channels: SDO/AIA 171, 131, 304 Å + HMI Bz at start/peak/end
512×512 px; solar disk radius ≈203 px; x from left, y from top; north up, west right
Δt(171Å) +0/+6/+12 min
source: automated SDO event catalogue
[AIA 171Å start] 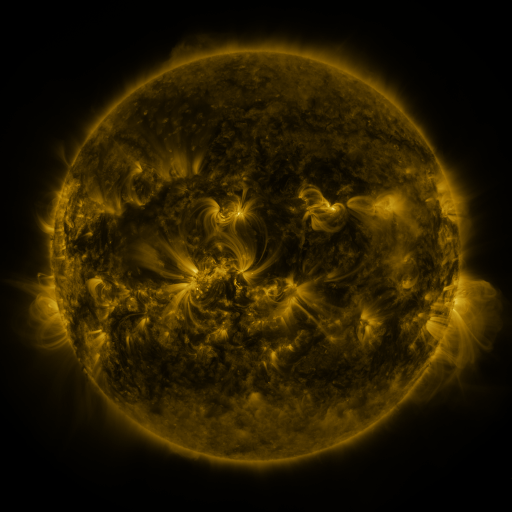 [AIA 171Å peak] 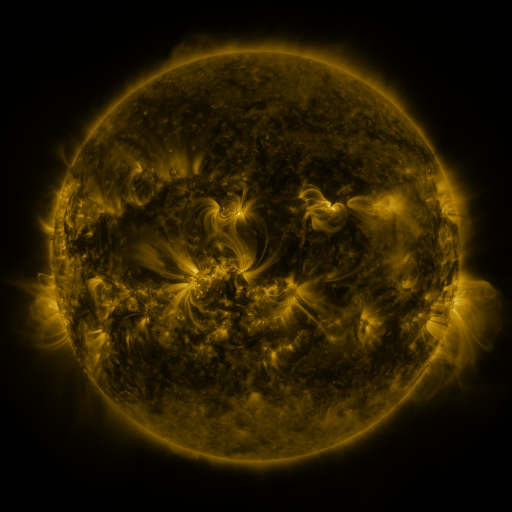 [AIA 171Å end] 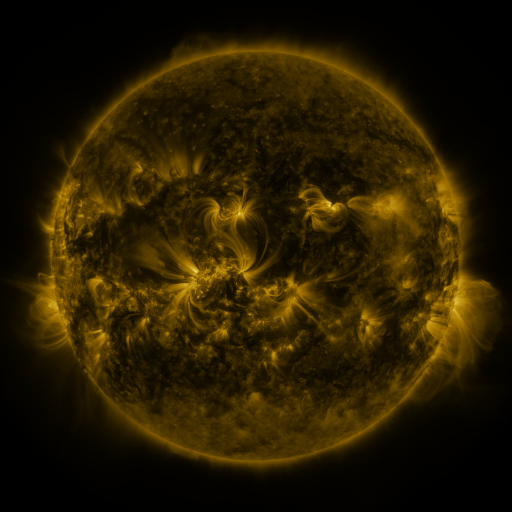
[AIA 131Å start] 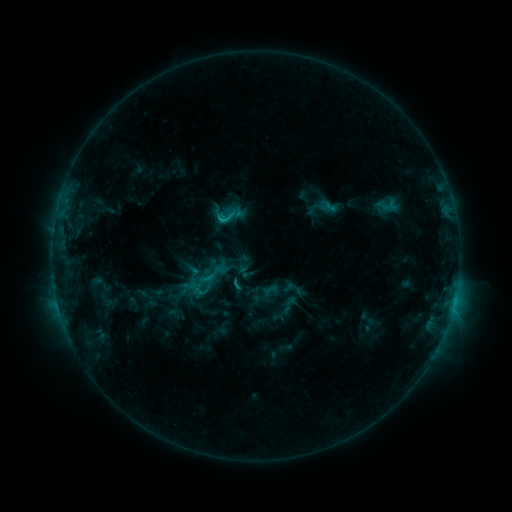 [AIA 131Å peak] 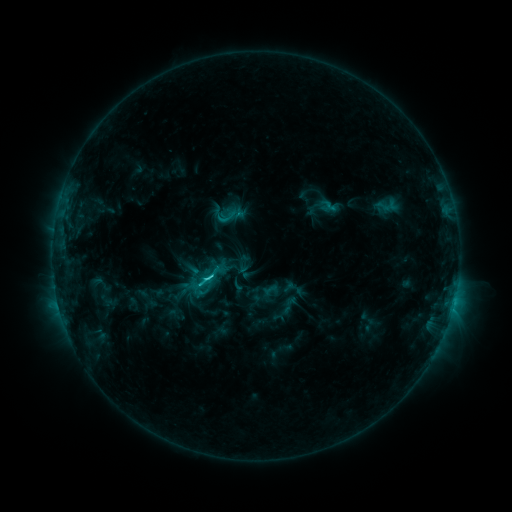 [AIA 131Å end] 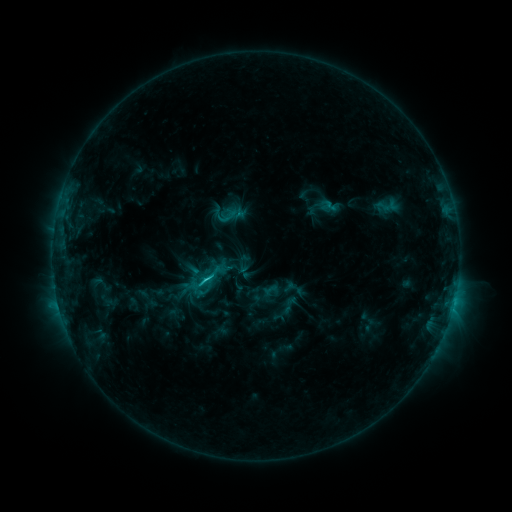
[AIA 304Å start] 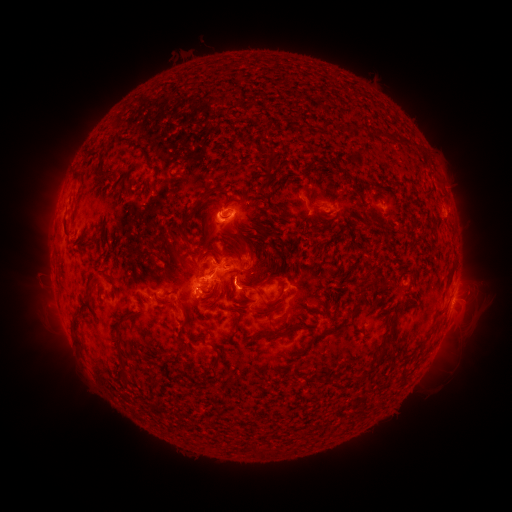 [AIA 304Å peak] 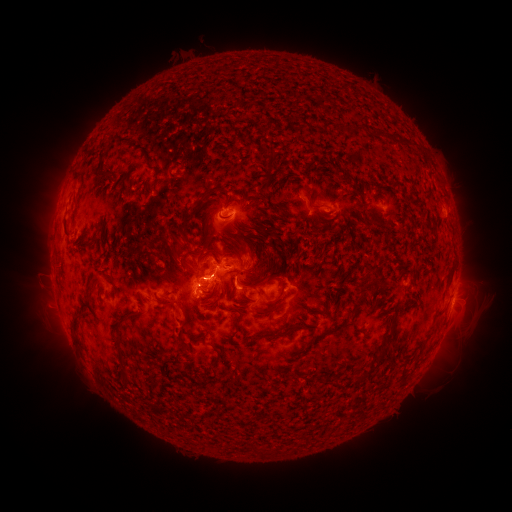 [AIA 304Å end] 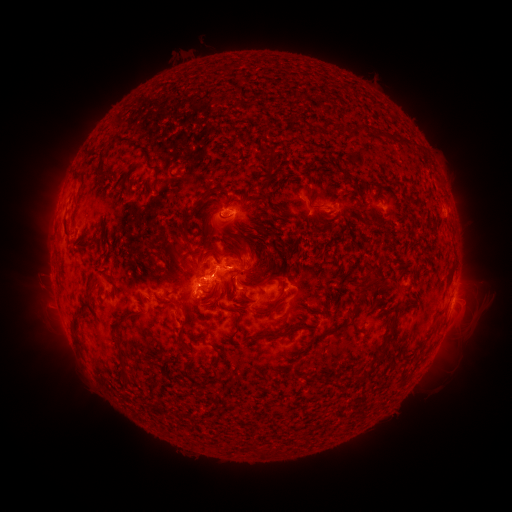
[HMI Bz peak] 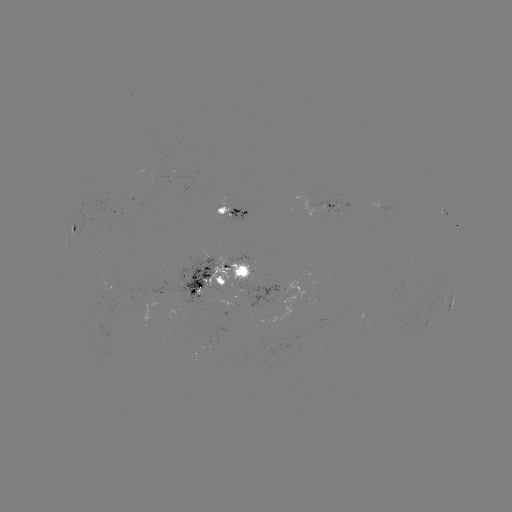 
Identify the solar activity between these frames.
C2.7 flare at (207, 278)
